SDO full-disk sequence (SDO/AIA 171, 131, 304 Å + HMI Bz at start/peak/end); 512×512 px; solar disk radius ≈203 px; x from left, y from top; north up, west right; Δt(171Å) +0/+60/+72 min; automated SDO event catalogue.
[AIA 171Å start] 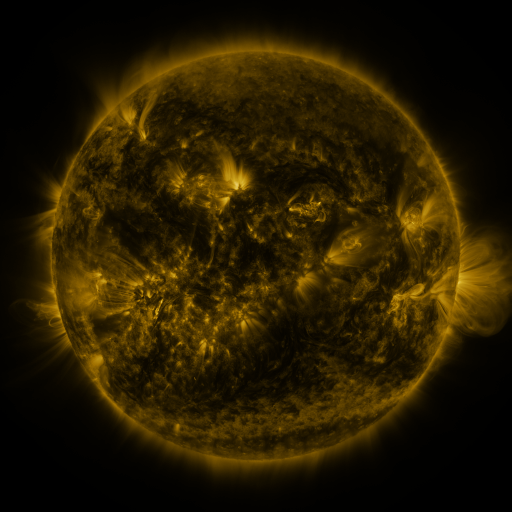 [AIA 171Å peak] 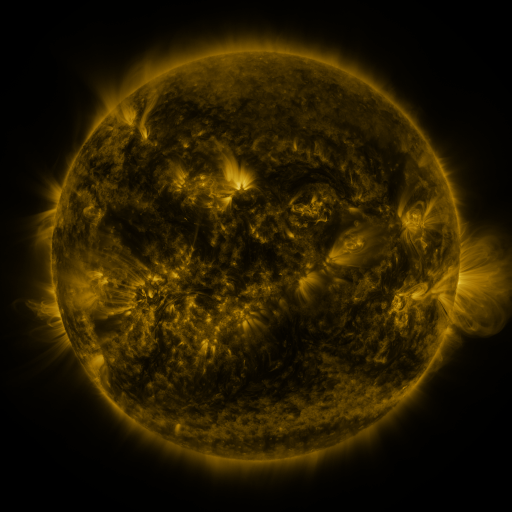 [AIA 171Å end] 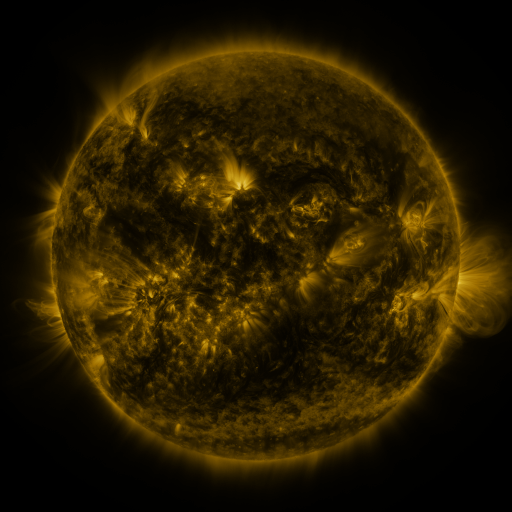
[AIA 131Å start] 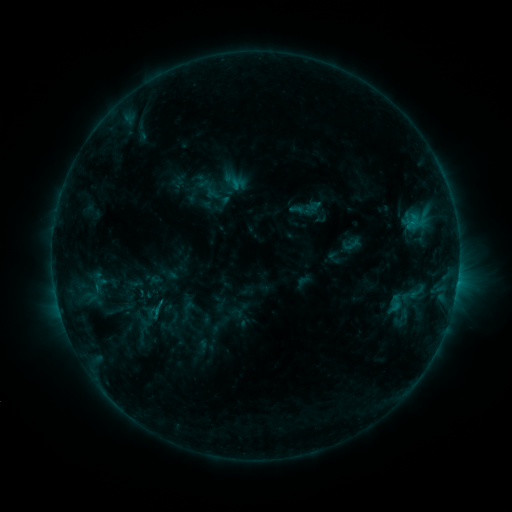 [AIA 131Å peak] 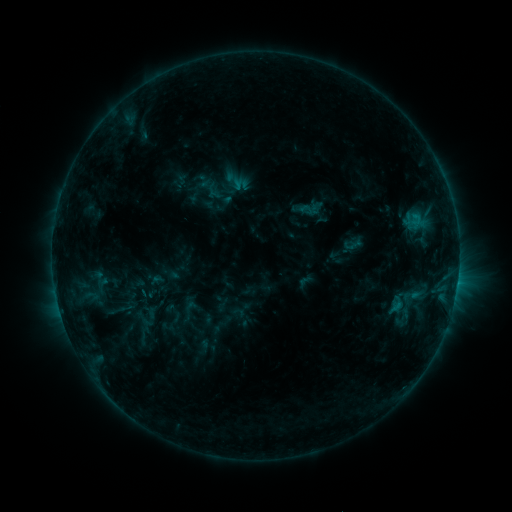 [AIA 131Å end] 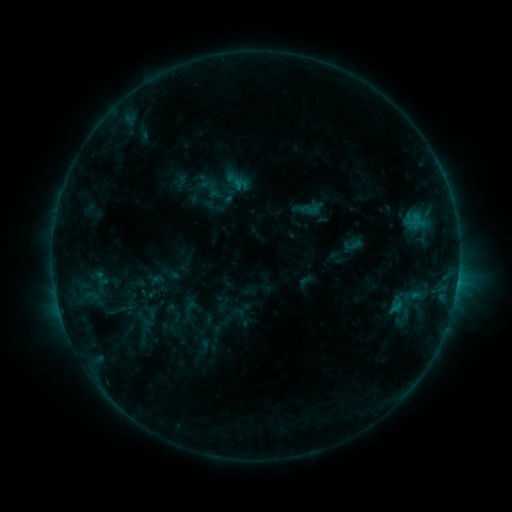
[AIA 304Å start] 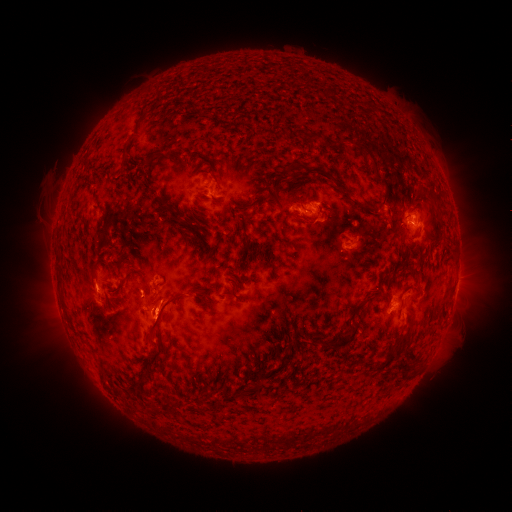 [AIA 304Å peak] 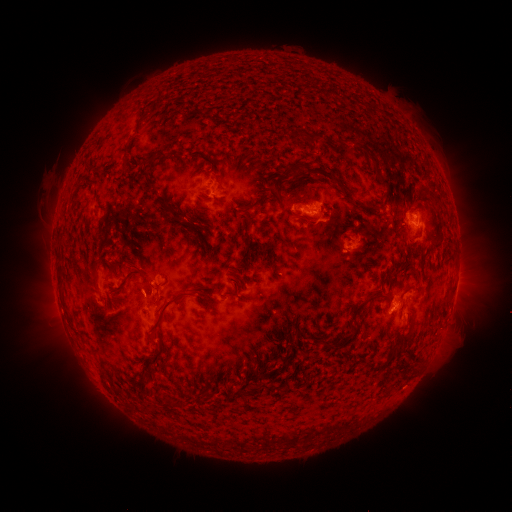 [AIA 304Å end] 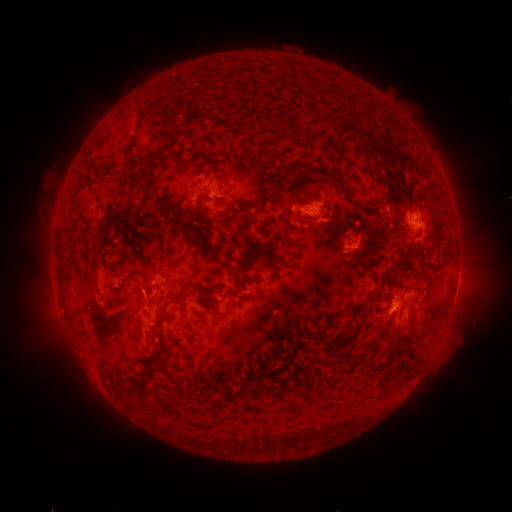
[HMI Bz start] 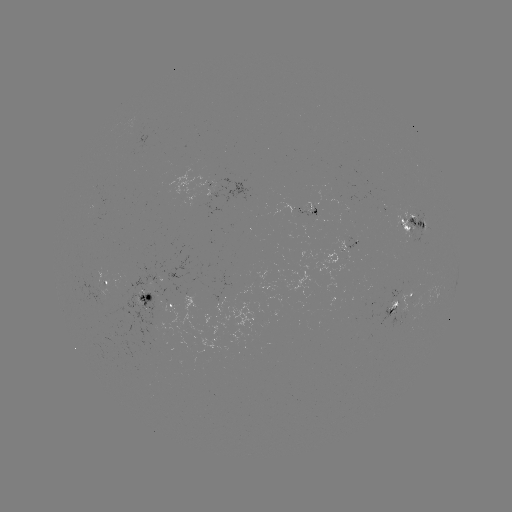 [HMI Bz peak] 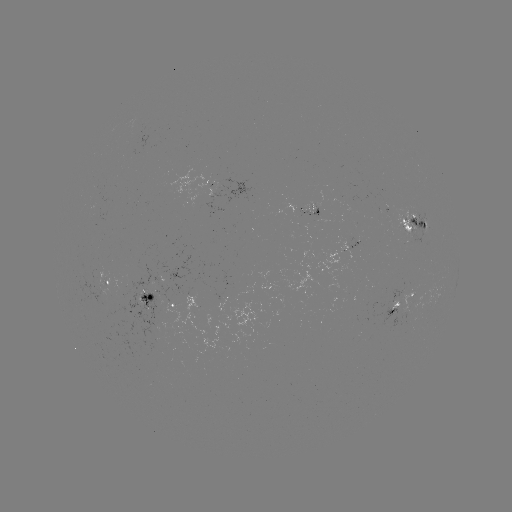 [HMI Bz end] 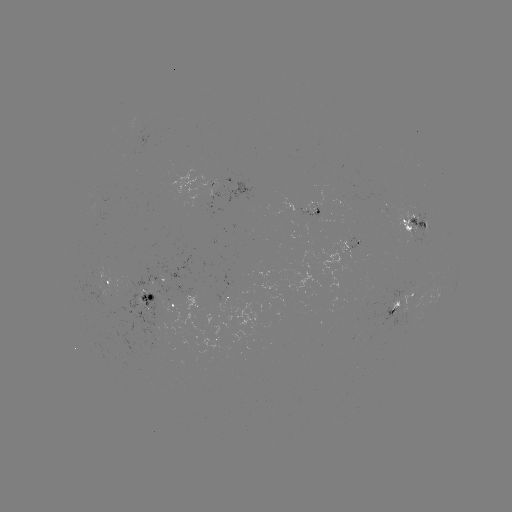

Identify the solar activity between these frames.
emerging-flux region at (310, 208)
